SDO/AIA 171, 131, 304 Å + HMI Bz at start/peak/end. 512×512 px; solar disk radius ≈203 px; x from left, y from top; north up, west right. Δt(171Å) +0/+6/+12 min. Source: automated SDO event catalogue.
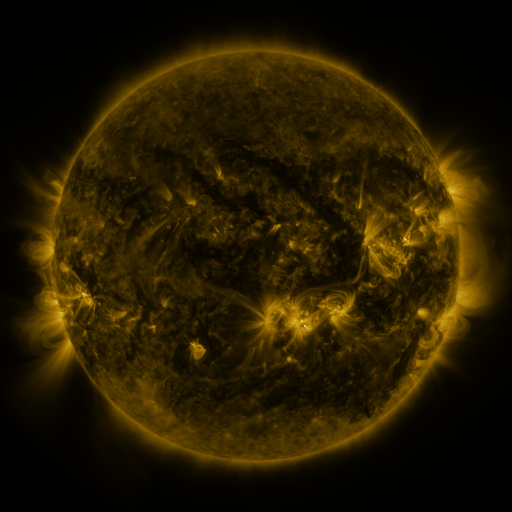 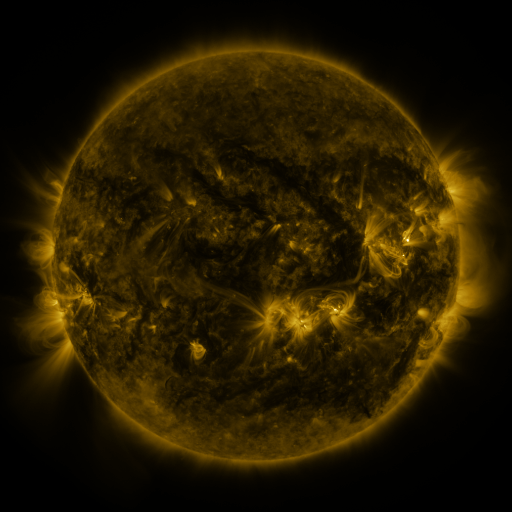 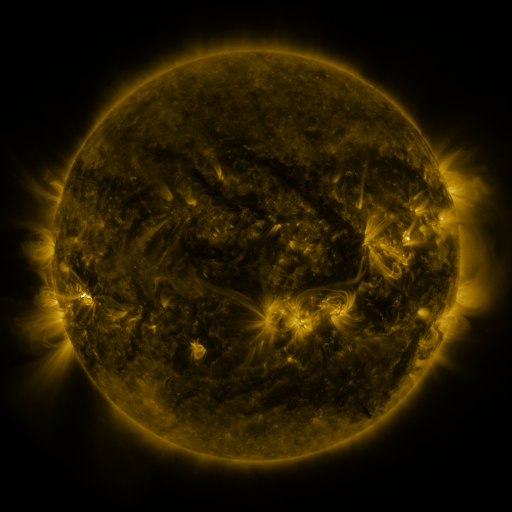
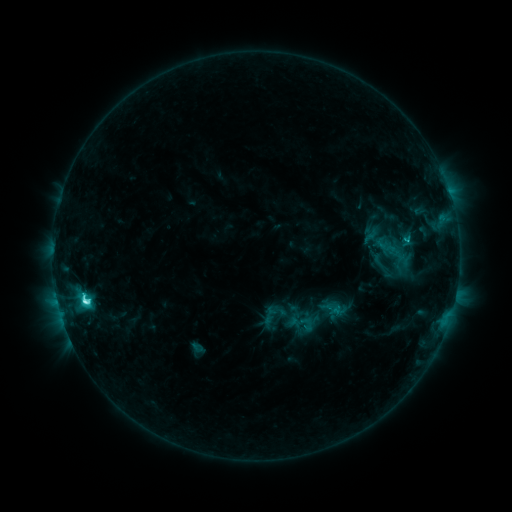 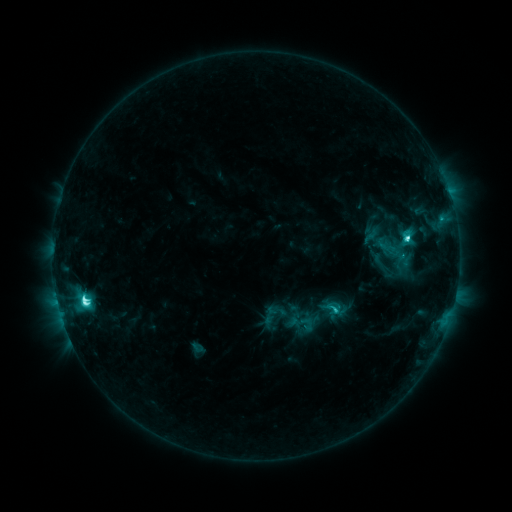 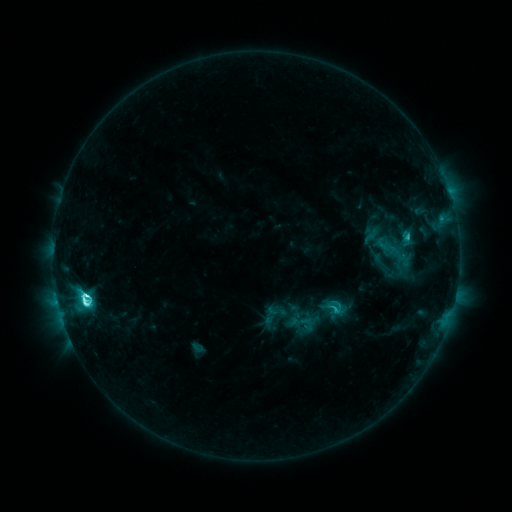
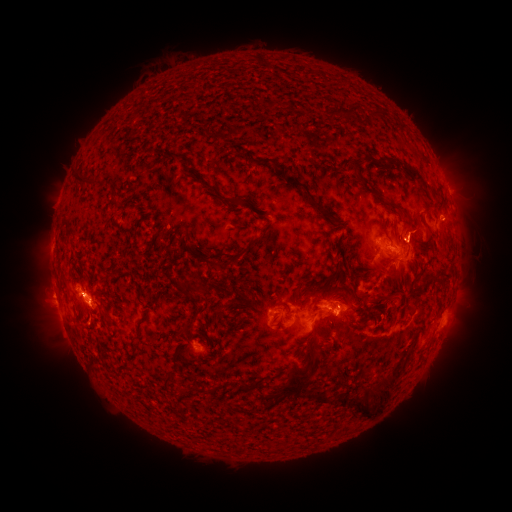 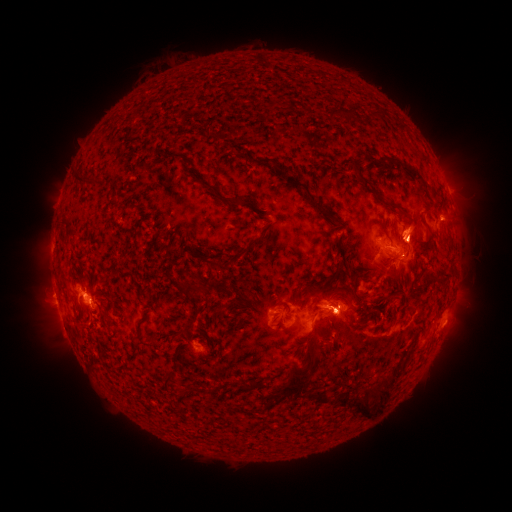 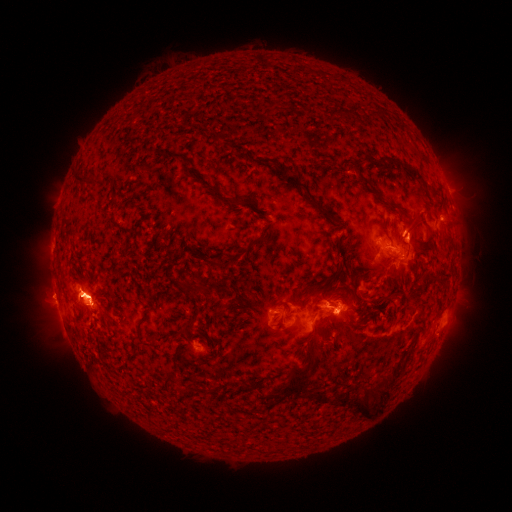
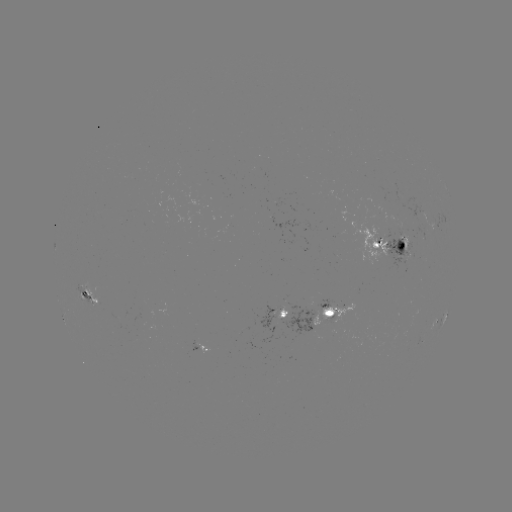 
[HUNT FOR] eruption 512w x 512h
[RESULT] [343, 305]